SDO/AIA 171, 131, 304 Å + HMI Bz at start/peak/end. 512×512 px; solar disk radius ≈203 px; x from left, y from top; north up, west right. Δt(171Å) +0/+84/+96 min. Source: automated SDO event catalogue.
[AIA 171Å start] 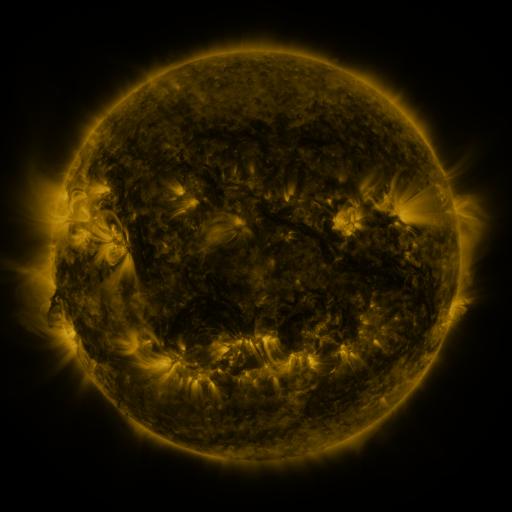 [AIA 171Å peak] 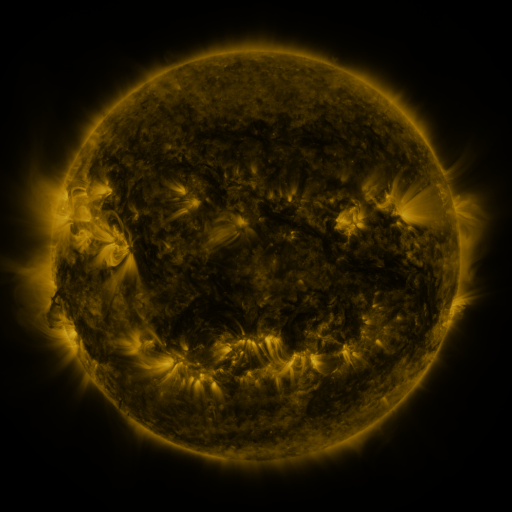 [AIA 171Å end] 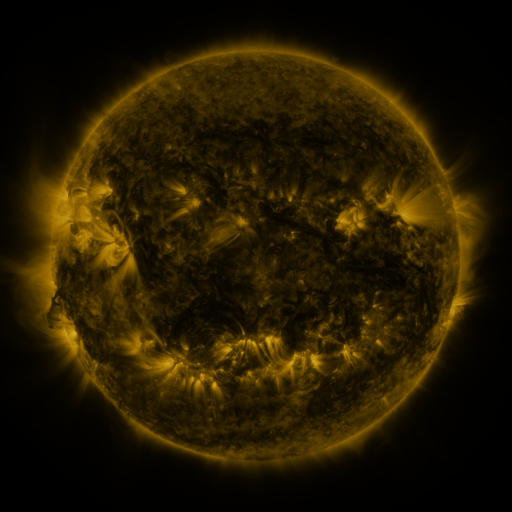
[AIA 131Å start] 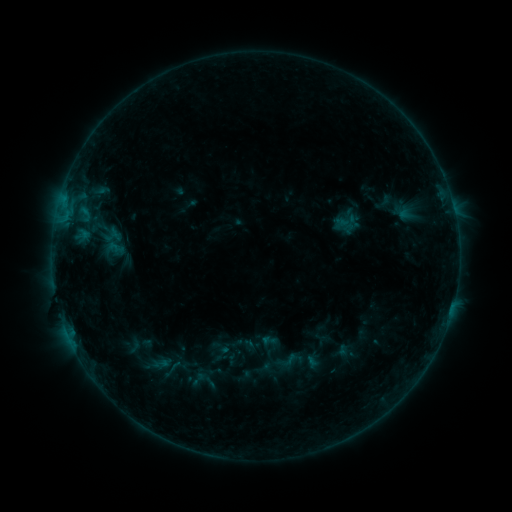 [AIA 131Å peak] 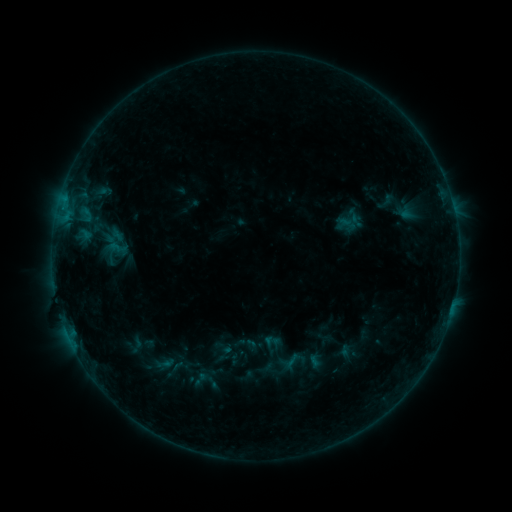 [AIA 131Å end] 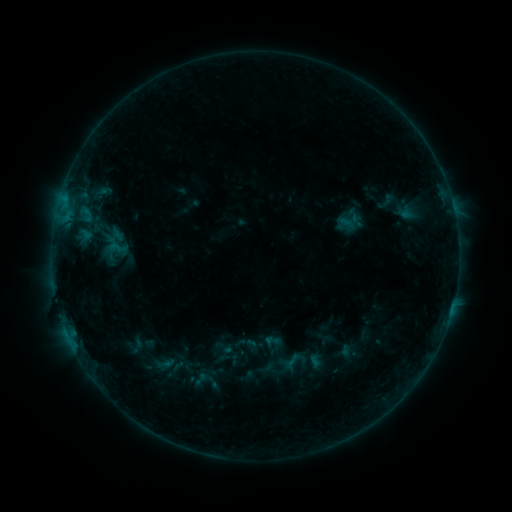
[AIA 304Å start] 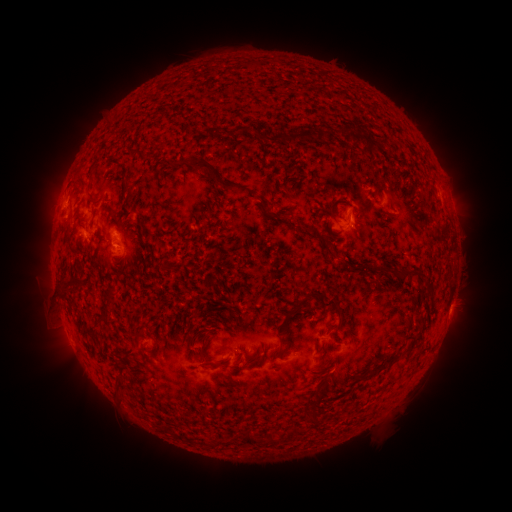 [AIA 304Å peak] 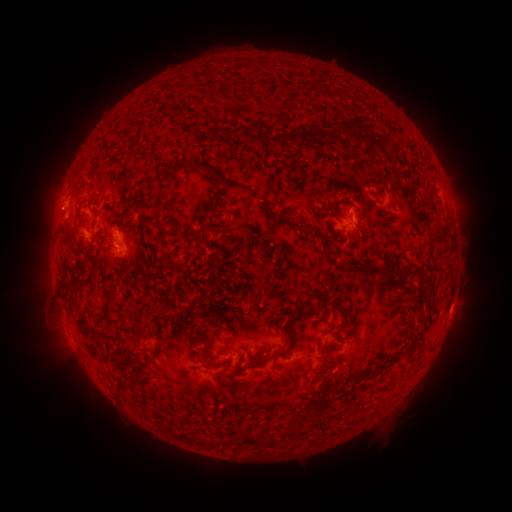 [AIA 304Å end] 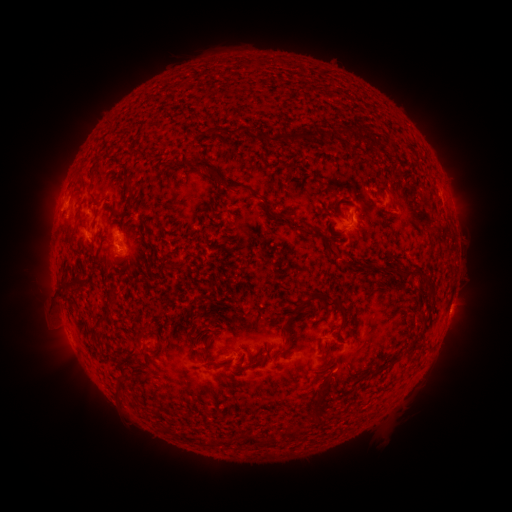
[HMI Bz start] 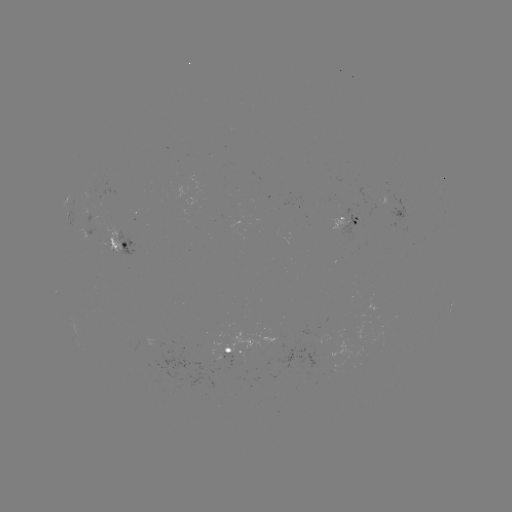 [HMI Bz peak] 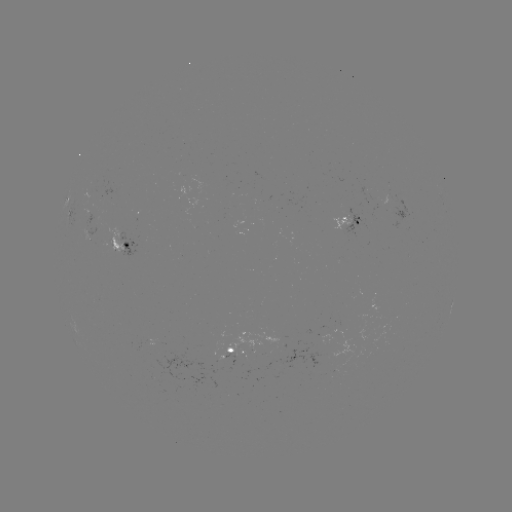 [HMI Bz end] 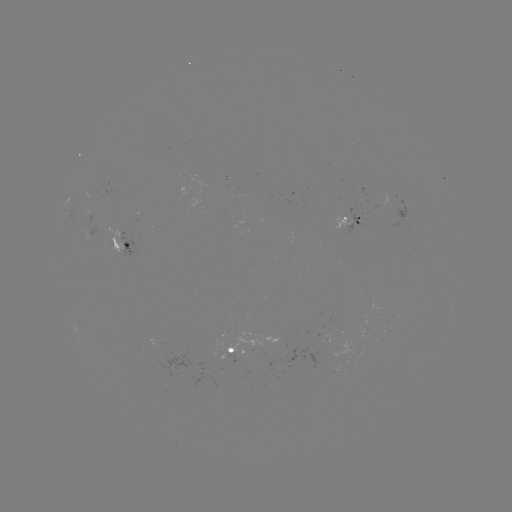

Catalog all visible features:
emerging-flux region: (345, 221)
